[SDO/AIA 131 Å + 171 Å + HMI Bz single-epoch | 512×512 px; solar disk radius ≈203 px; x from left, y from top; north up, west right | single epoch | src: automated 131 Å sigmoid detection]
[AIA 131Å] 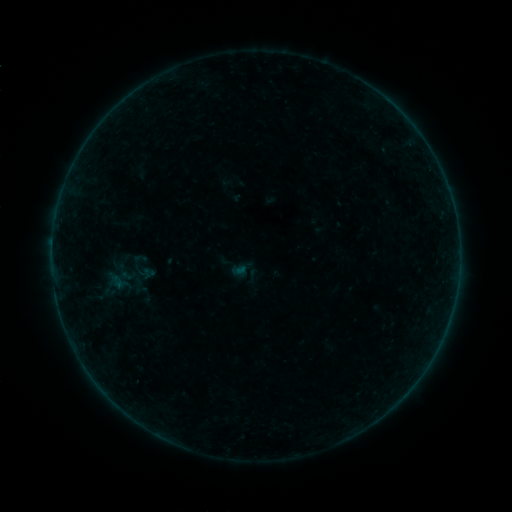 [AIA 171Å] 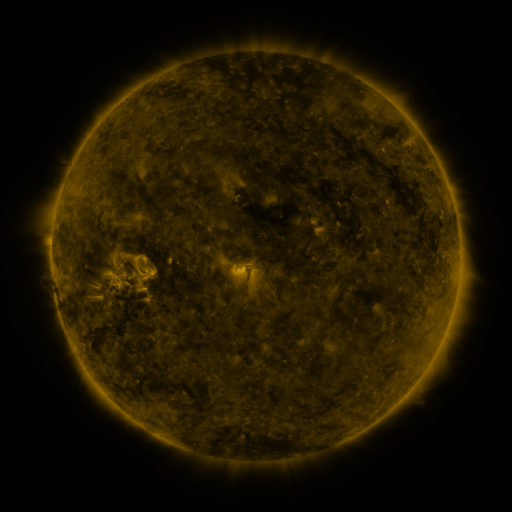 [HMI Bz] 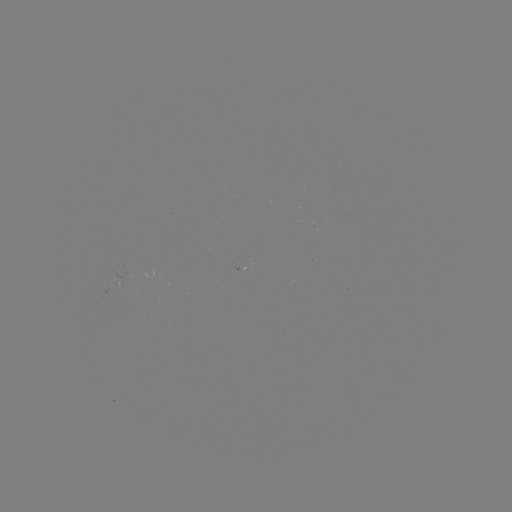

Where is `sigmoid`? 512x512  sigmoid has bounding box [112, 259, 139, 284].